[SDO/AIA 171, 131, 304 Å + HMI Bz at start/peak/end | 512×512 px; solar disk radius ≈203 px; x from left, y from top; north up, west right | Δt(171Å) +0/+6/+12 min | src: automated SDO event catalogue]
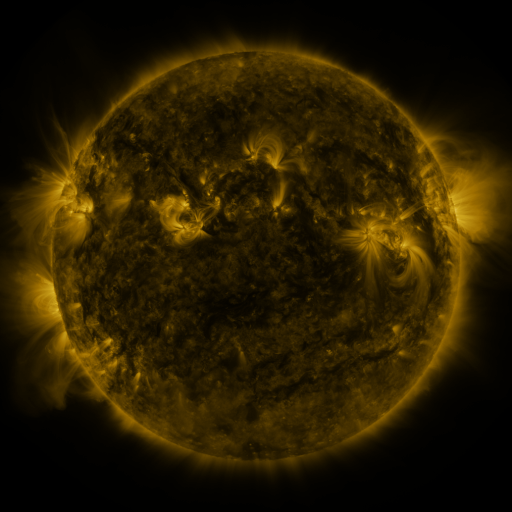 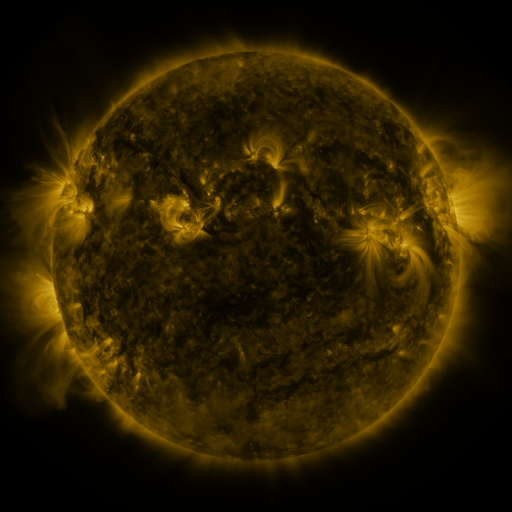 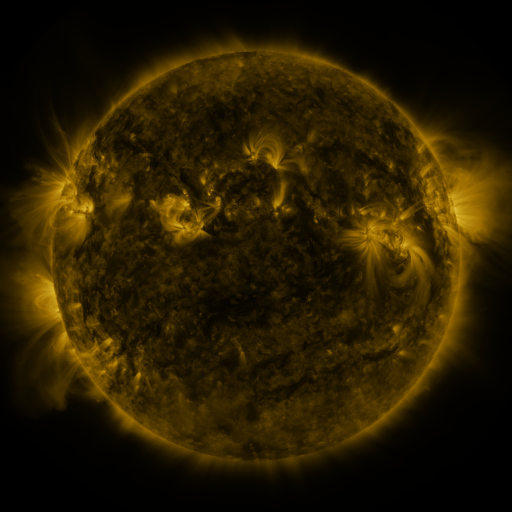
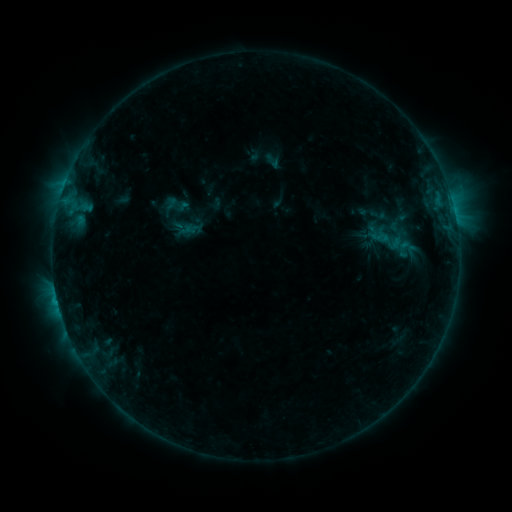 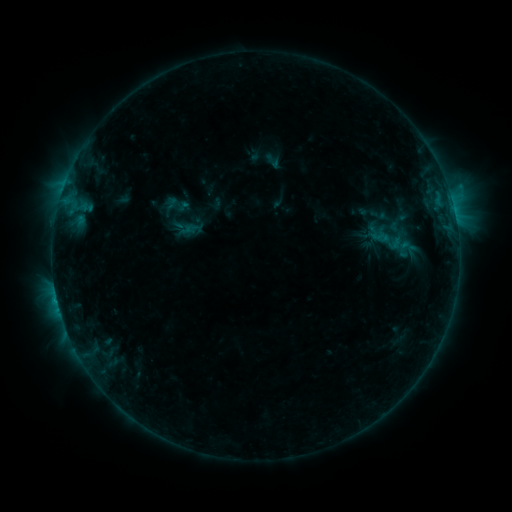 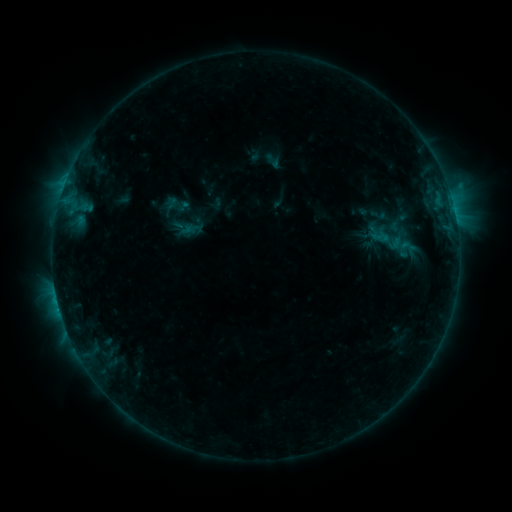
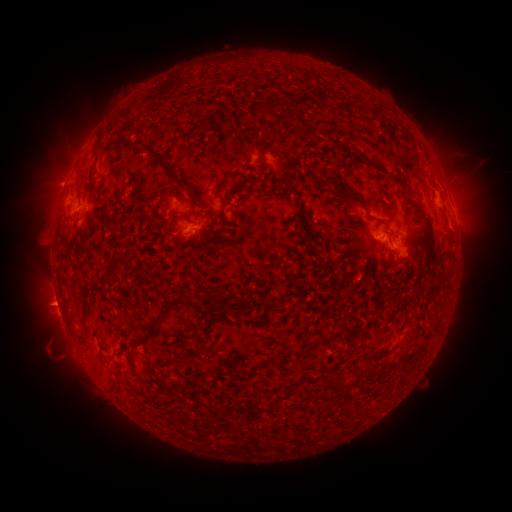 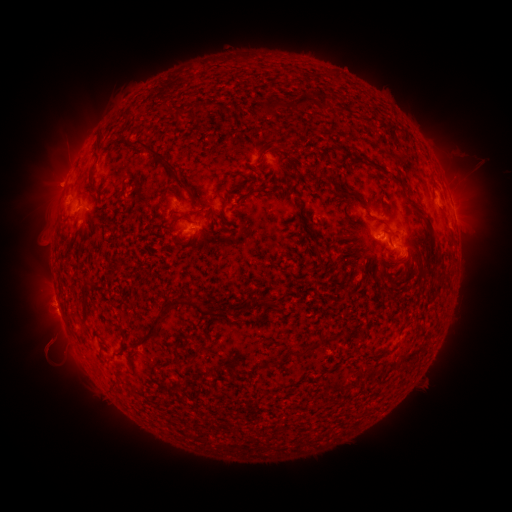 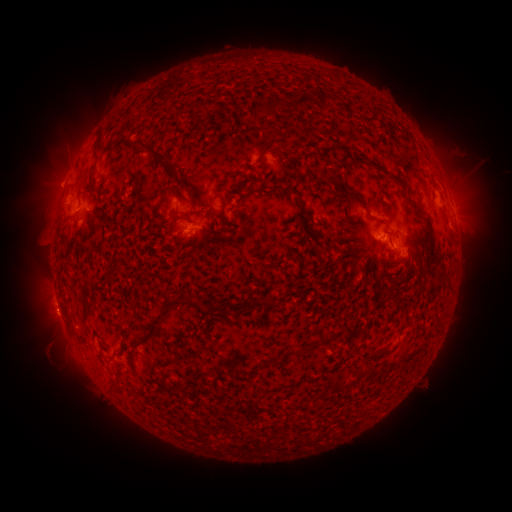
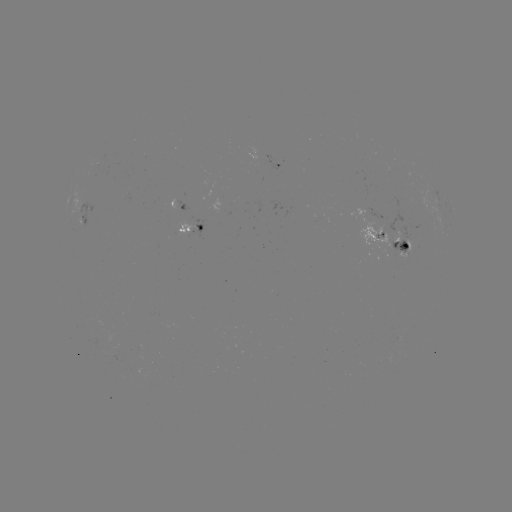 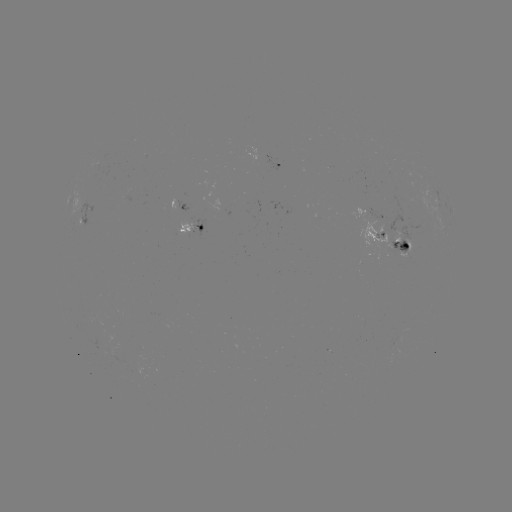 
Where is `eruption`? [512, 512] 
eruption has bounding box [29, 319, 74, 368].